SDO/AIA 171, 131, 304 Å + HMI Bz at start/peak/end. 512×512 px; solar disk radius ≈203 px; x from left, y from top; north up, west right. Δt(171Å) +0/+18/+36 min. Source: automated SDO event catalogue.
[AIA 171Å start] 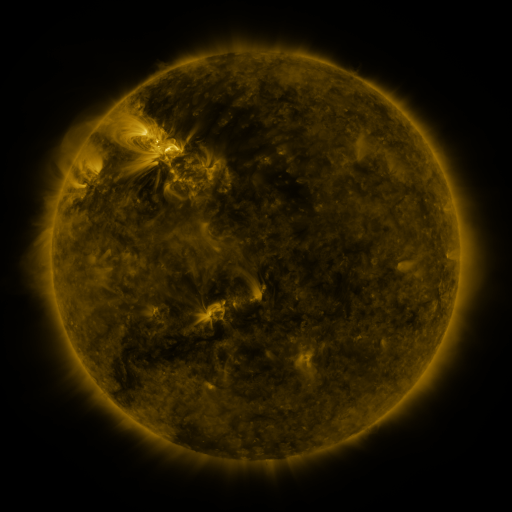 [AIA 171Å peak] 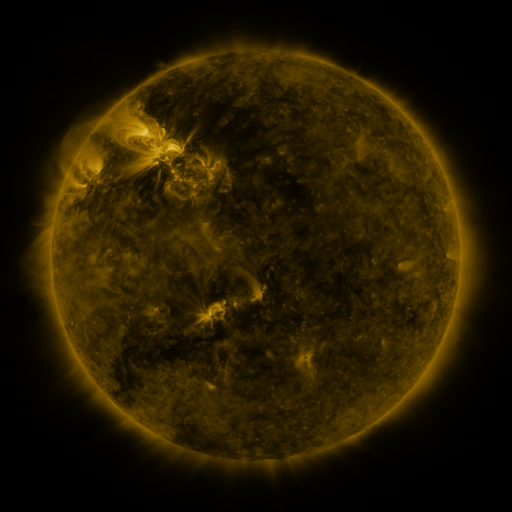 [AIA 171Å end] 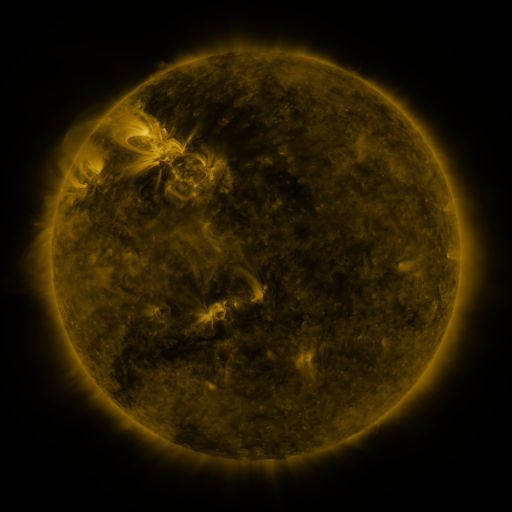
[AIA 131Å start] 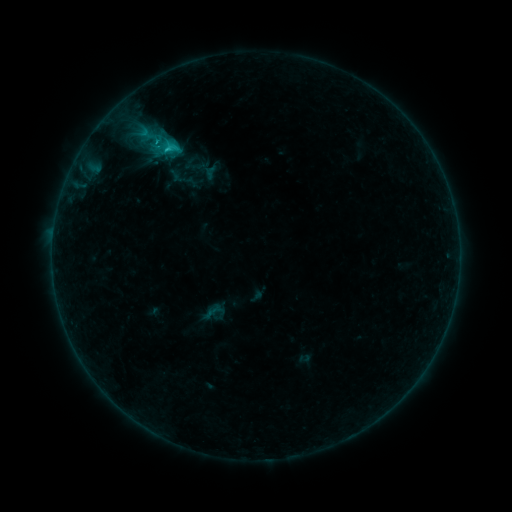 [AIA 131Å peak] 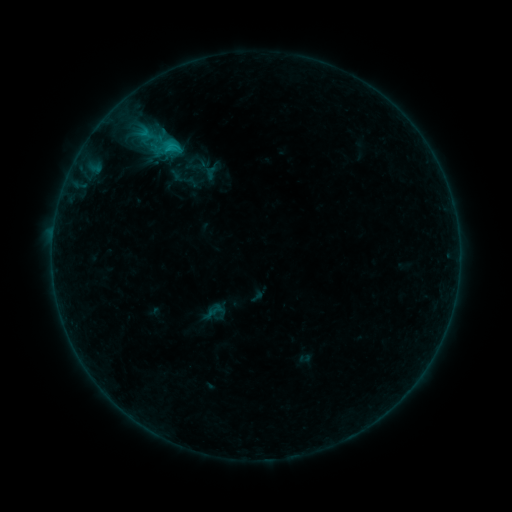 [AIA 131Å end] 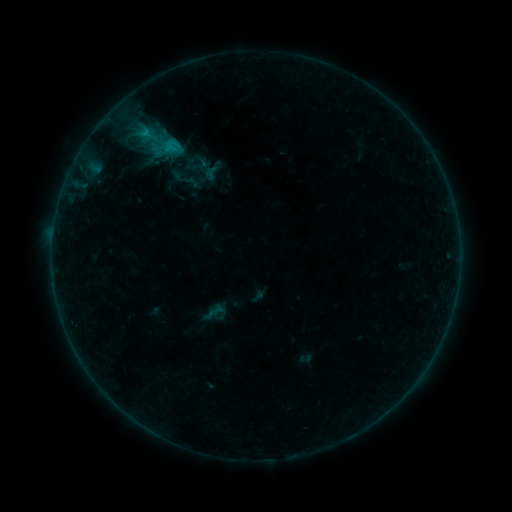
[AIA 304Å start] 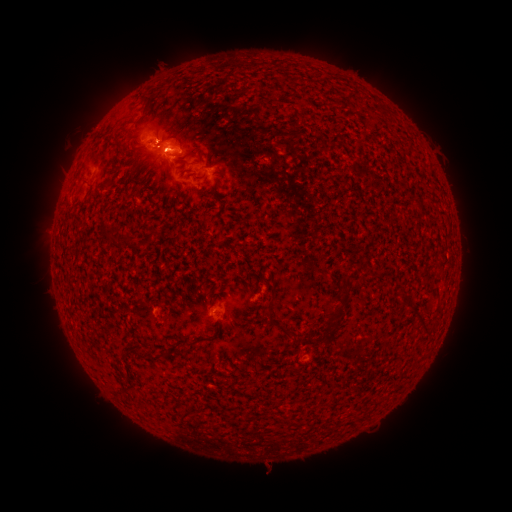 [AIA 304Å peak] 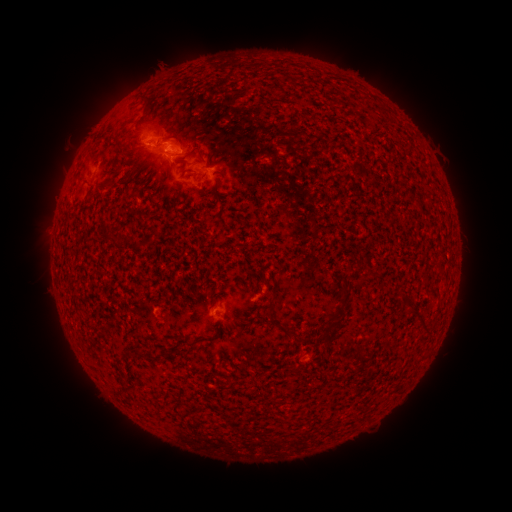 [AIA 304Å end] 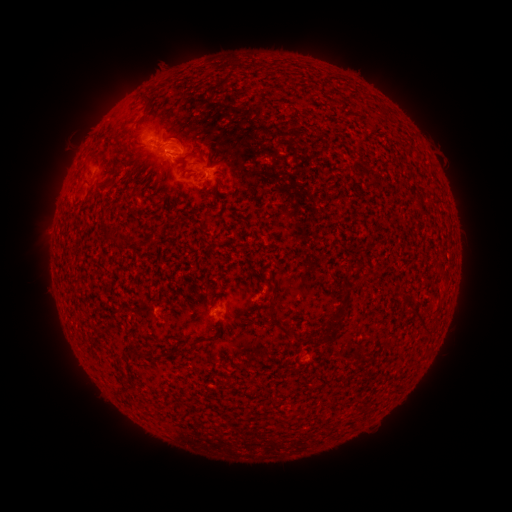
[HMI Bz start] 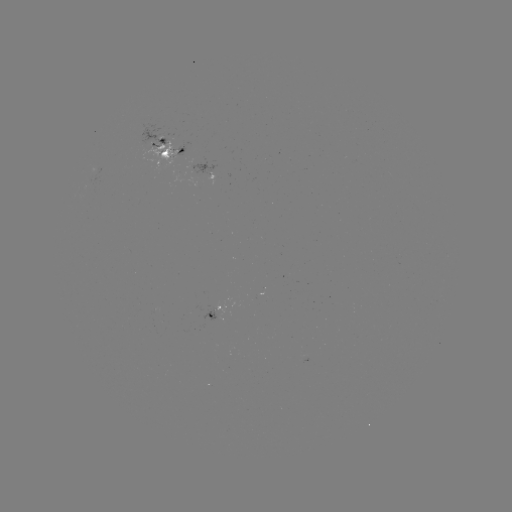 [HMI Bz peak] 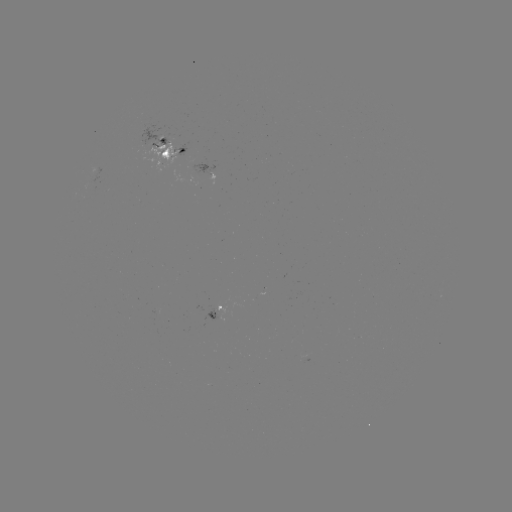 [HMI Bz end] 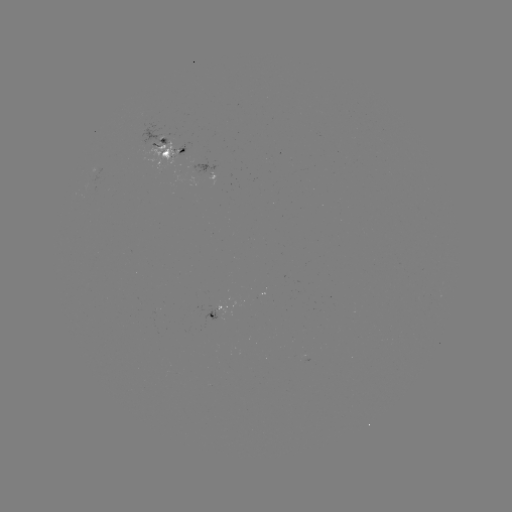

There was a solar emerging-flux region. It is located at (176, 156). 